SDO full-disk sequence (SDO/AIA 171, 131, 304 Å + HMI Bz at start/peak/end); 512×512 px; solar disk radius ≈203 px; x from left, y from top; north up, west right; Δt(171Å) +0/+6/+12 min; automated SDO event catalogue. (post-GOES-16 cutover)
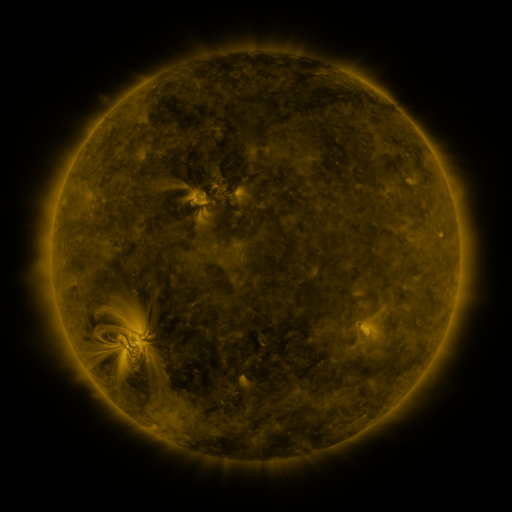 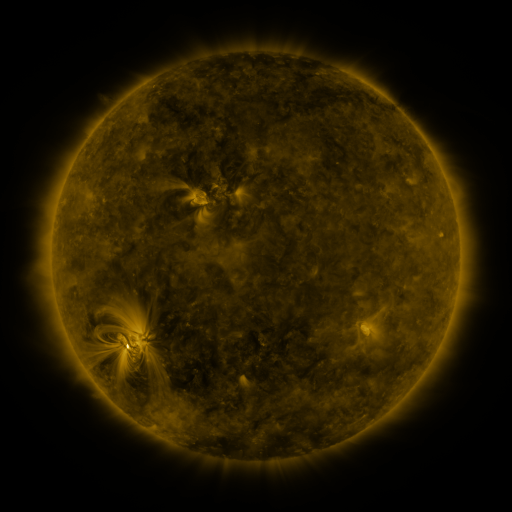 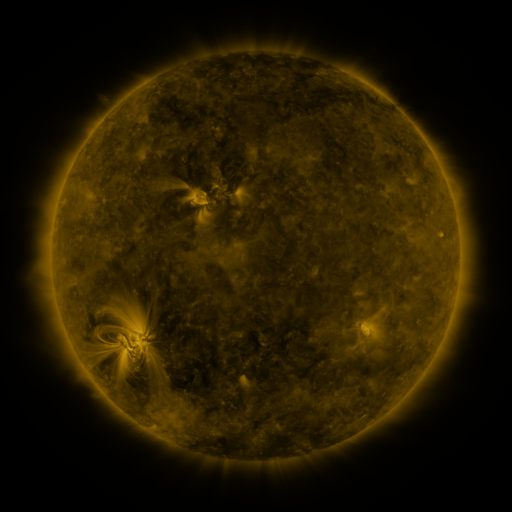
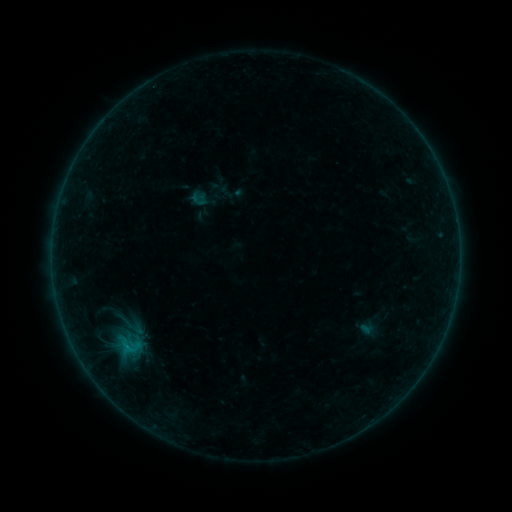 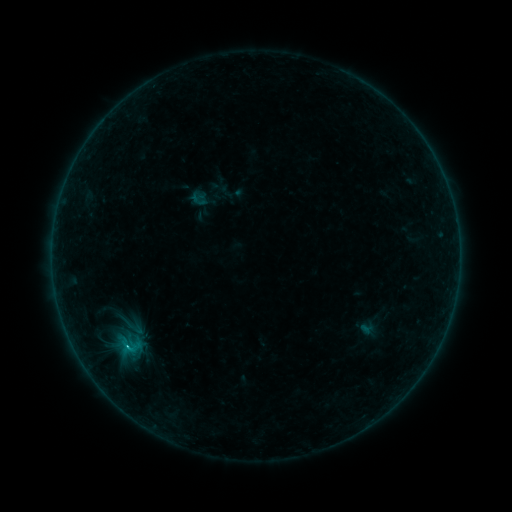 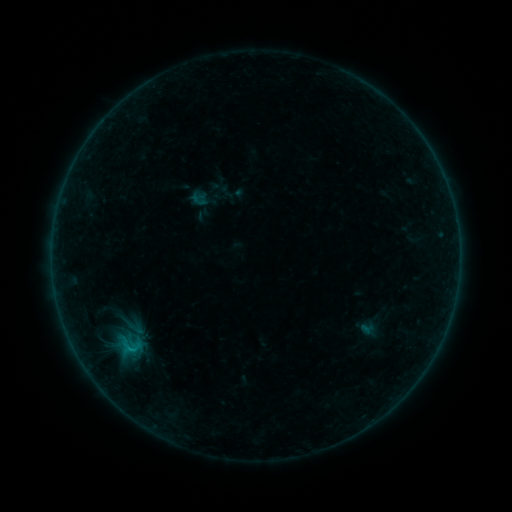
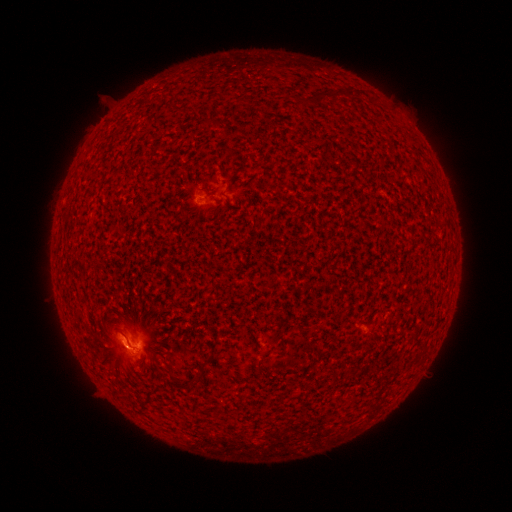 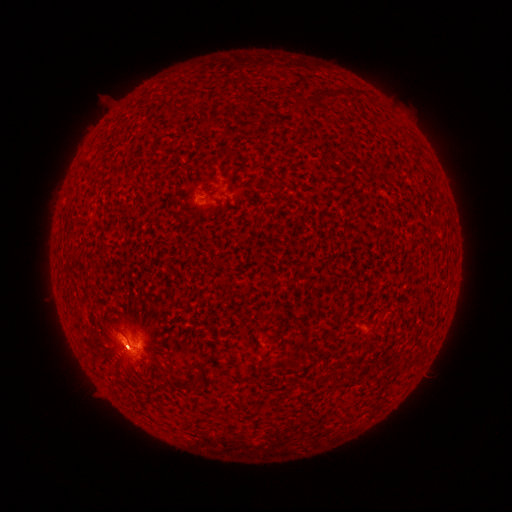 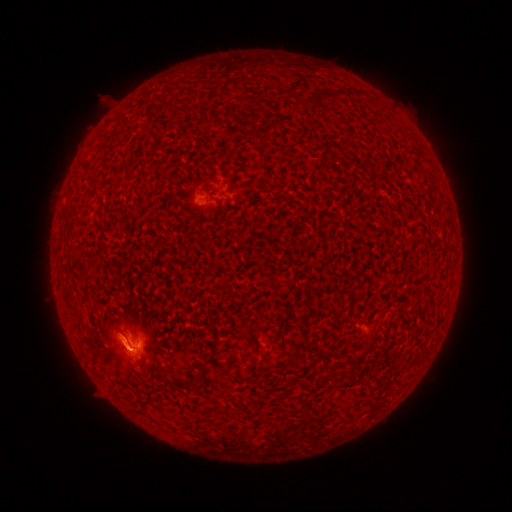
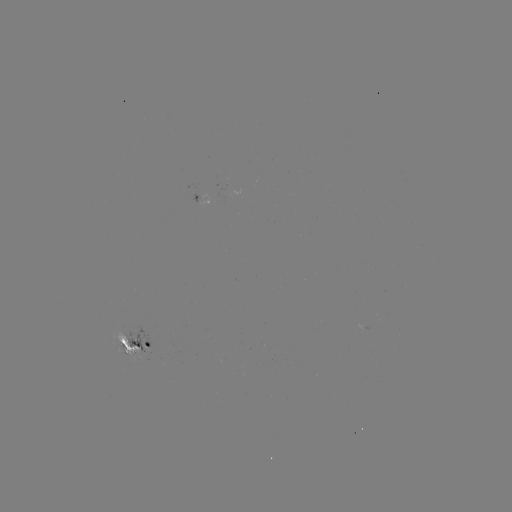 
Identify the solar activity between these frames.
B6.2 flare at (129, 347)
